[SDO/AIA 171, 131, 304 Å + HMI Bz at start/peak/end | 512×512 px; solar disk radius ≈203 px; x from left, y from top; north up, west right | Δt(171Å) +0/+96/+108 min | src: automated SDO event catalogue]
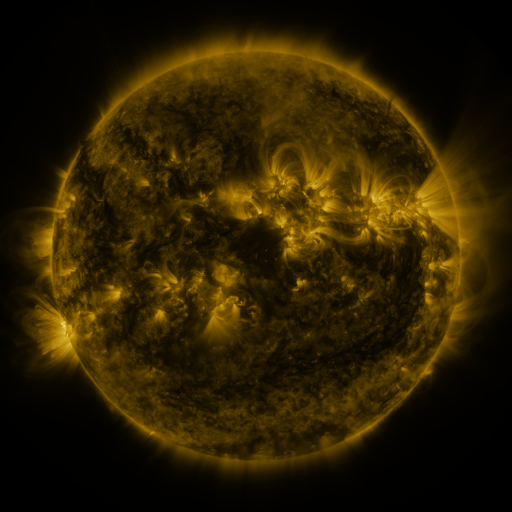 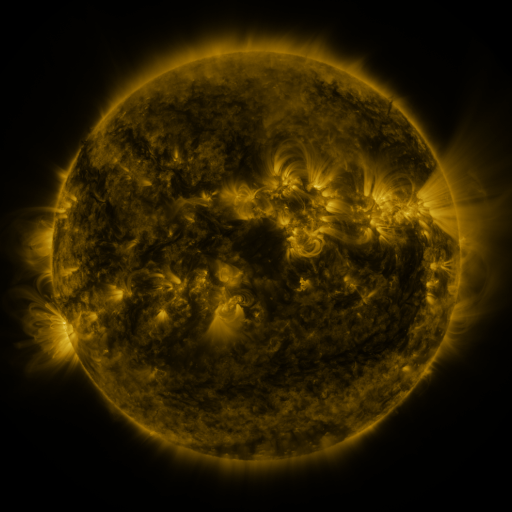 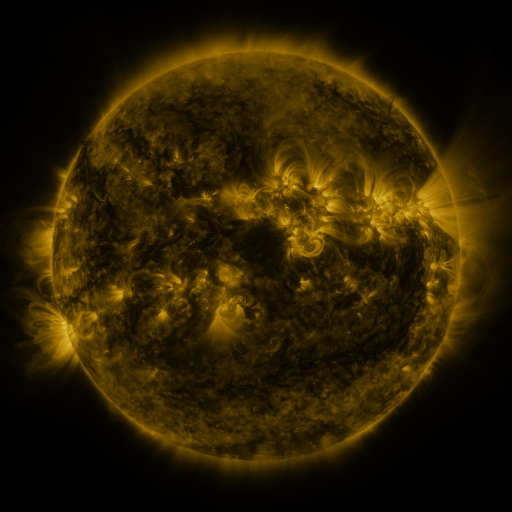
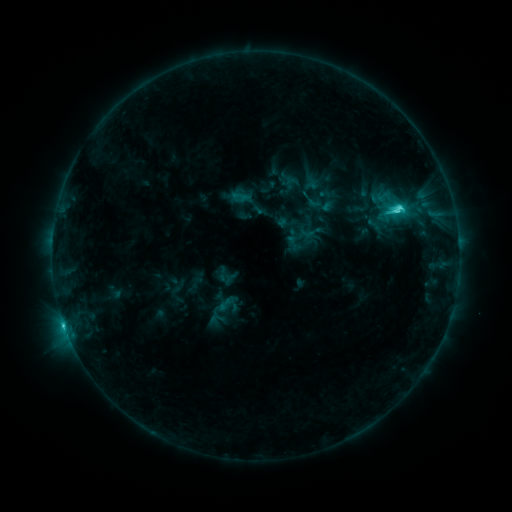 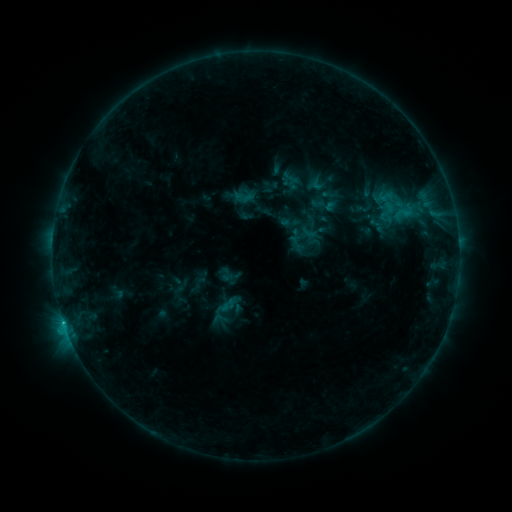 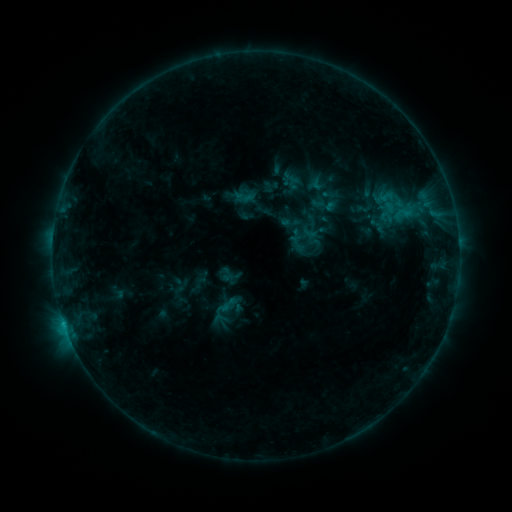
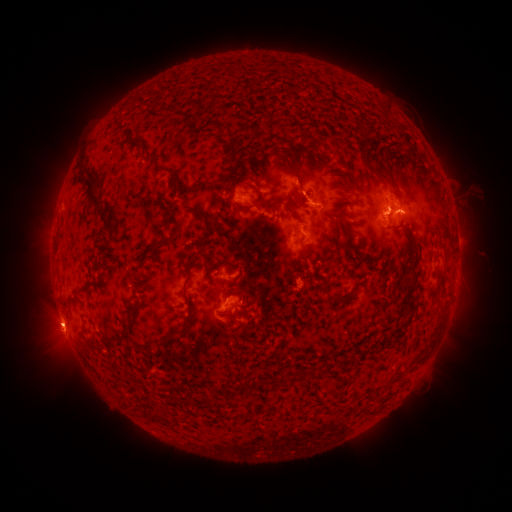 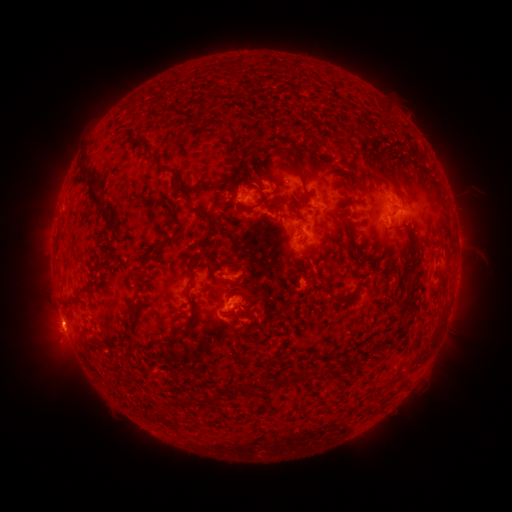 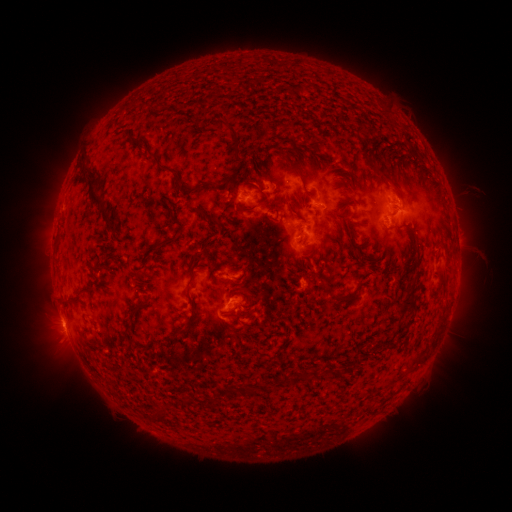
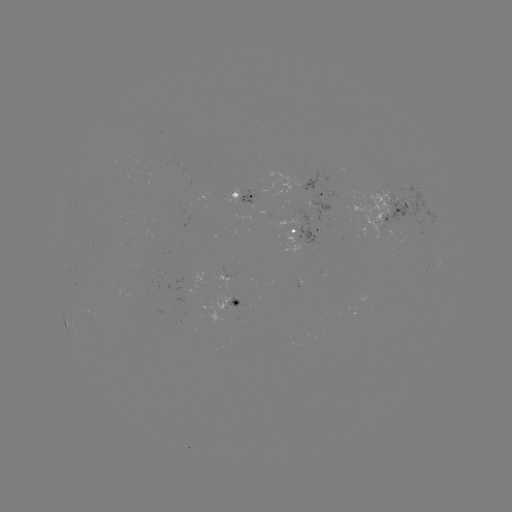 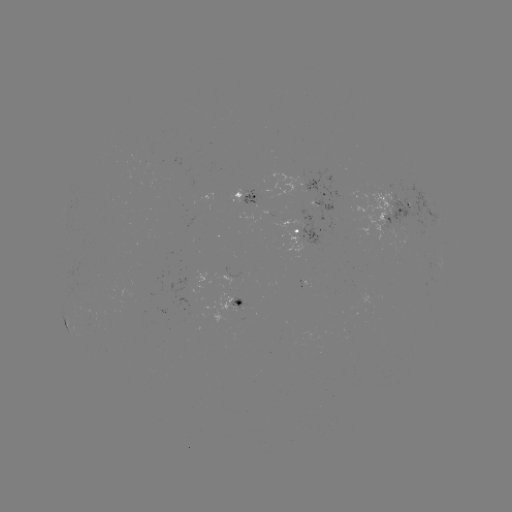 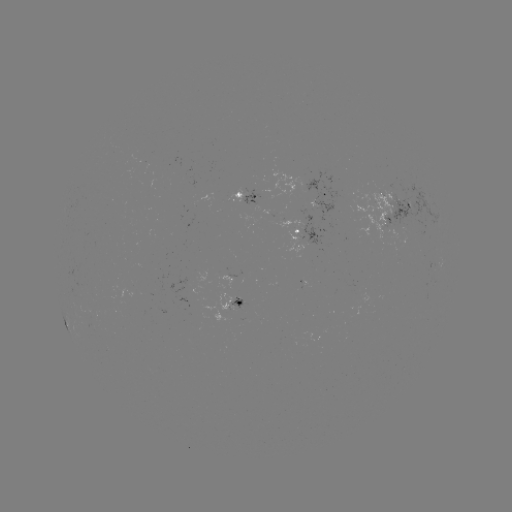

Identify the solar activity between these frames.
emerging-flux region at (284, 223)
